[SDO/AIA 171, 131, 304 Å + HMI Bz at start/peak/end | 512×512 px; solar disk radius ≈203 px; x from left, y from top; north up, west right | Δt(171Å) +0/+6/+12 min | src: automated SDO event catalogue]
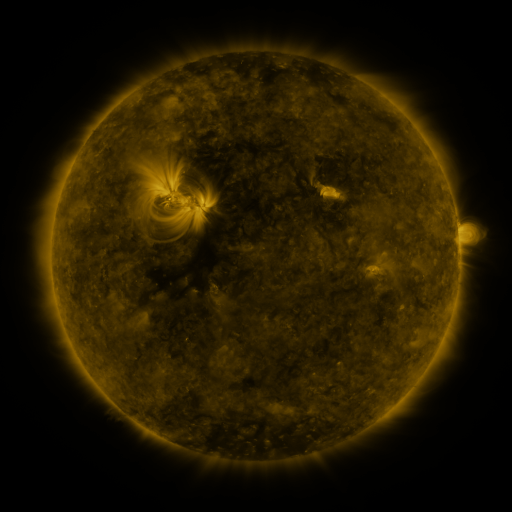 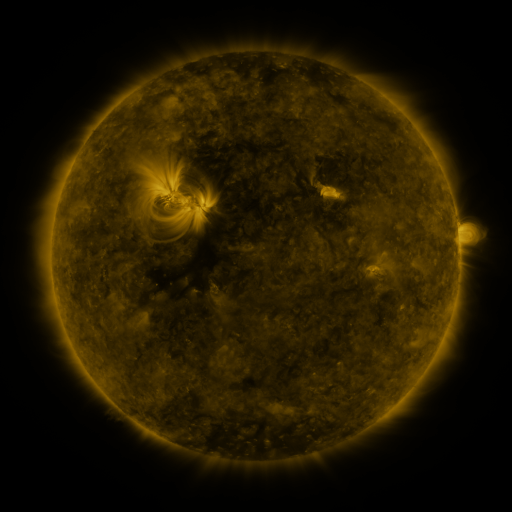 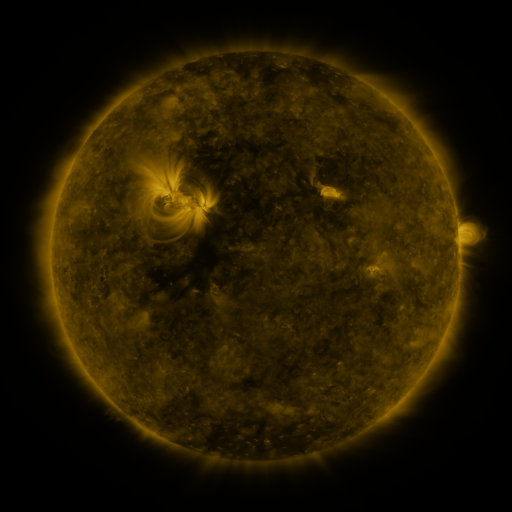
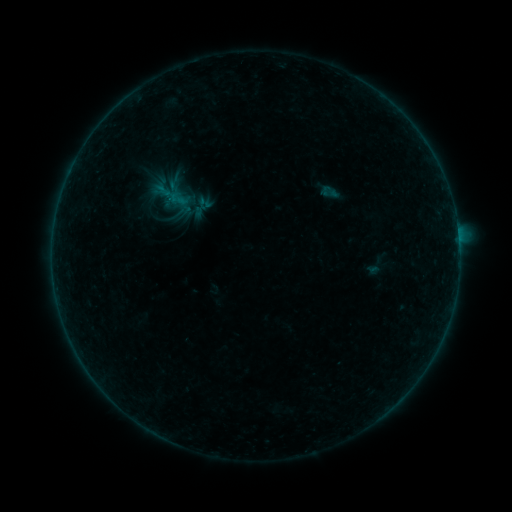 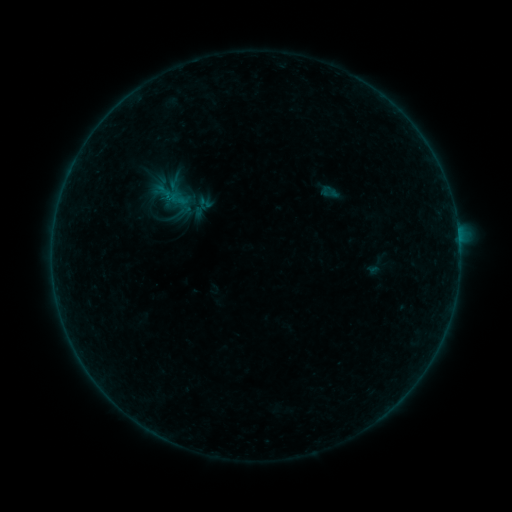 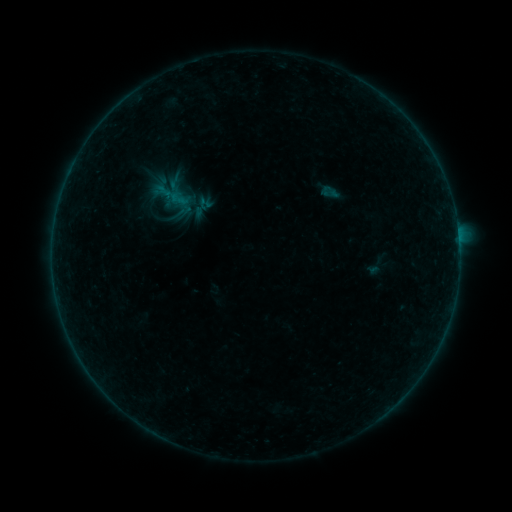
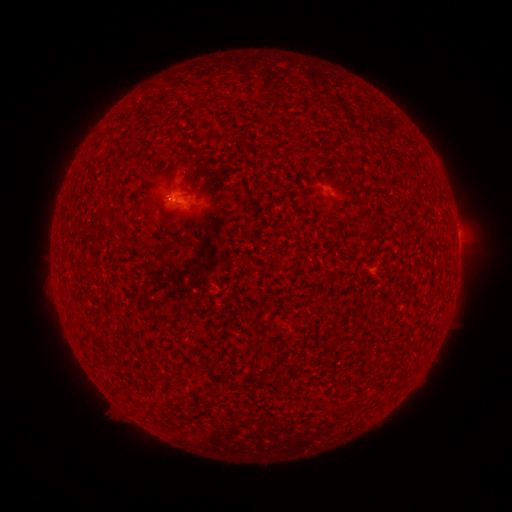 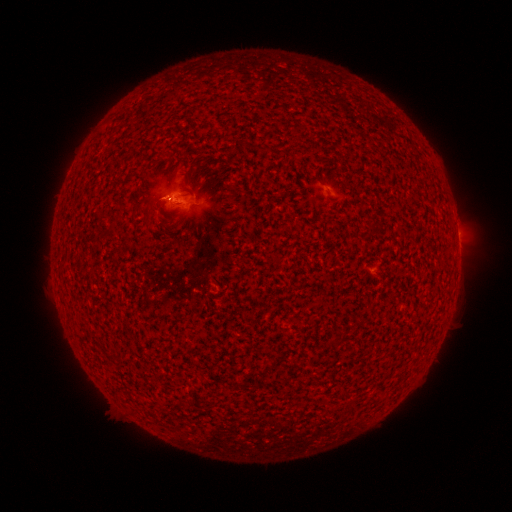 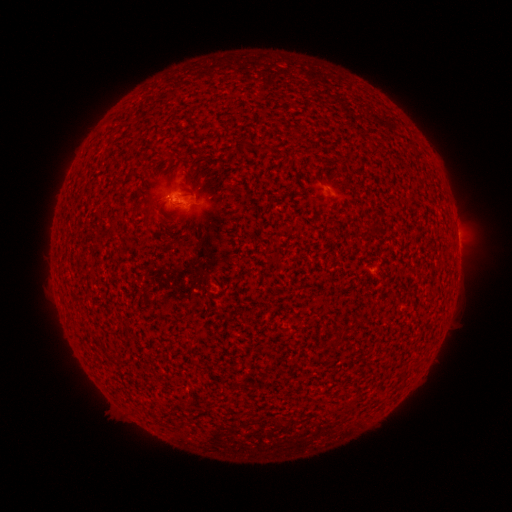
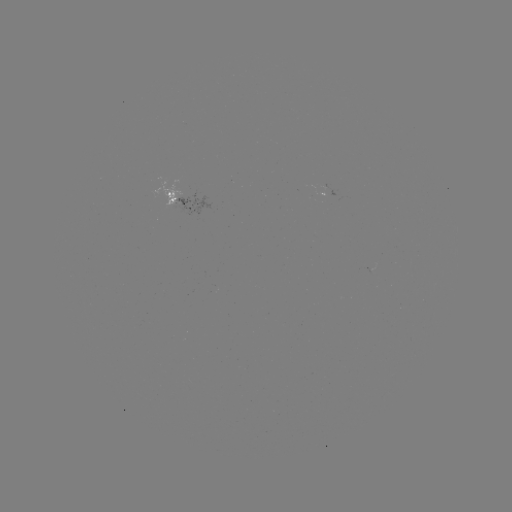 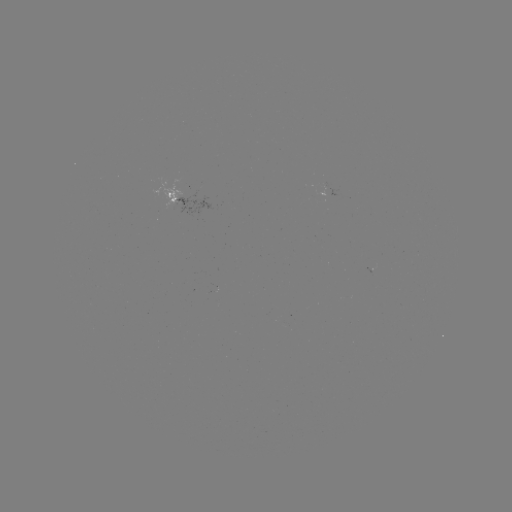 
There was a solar flare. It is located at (169, 199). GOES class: B1.3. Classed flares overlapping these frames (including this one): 1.